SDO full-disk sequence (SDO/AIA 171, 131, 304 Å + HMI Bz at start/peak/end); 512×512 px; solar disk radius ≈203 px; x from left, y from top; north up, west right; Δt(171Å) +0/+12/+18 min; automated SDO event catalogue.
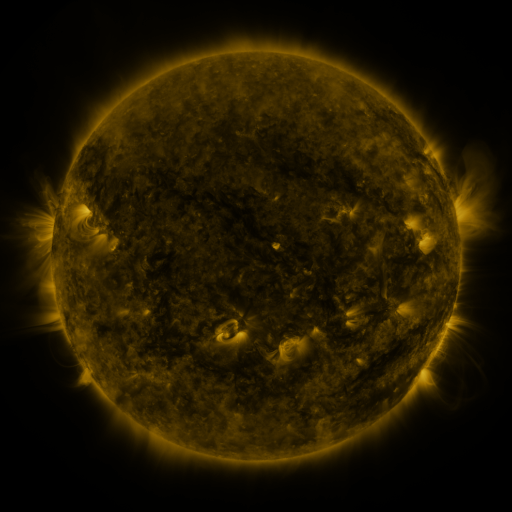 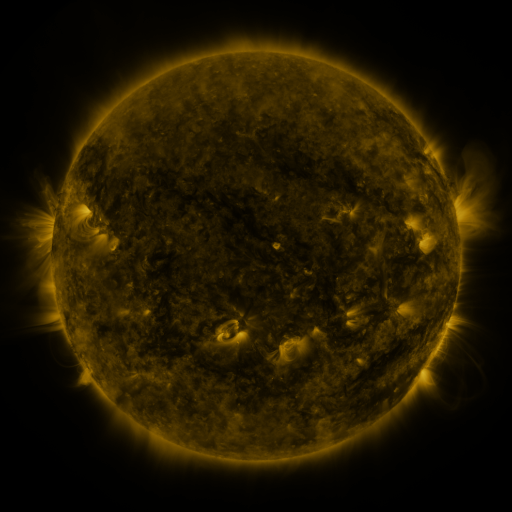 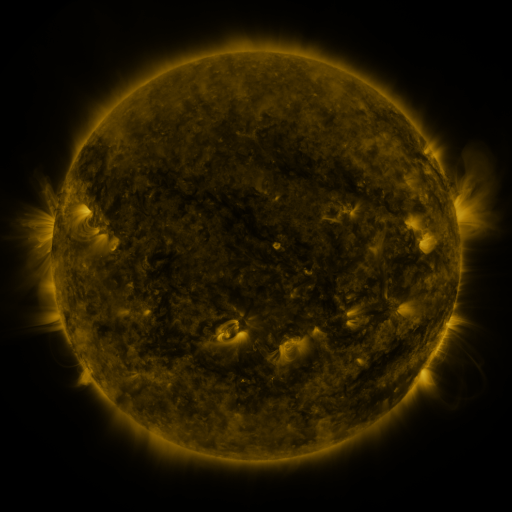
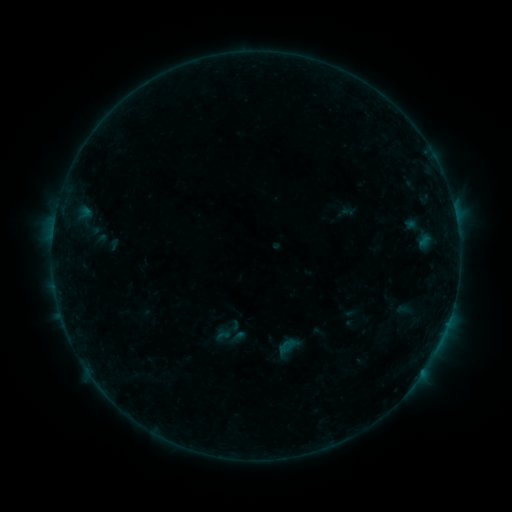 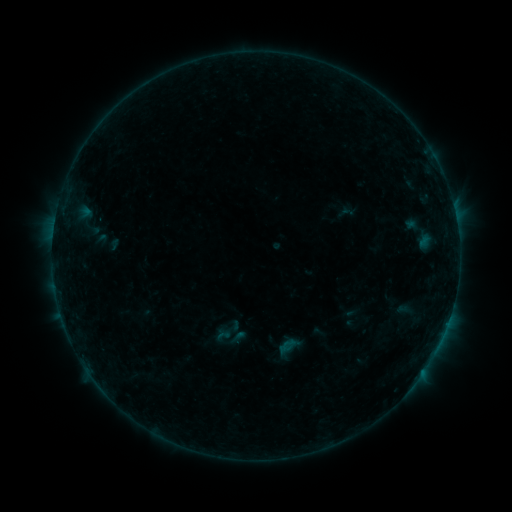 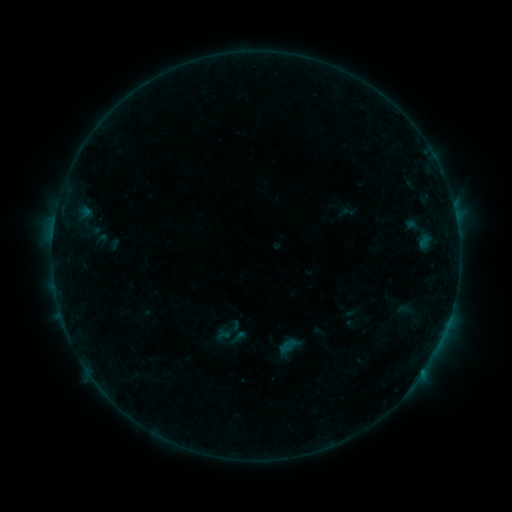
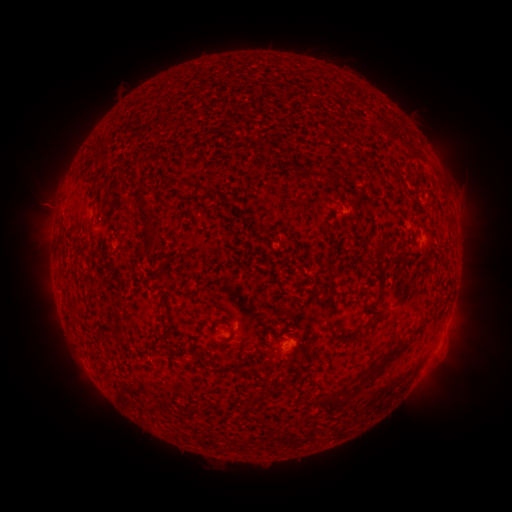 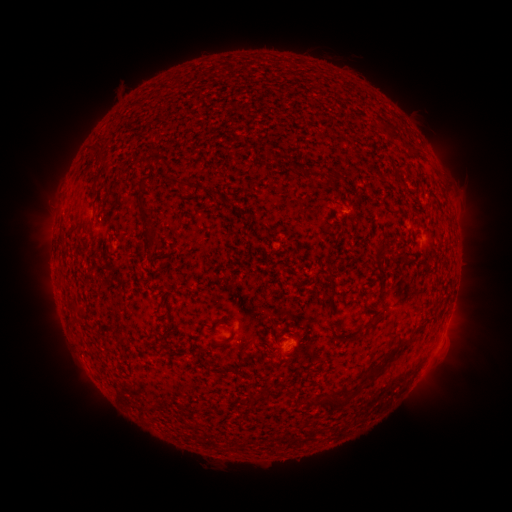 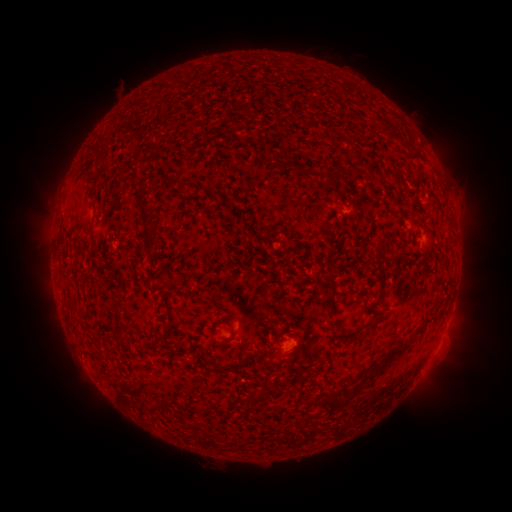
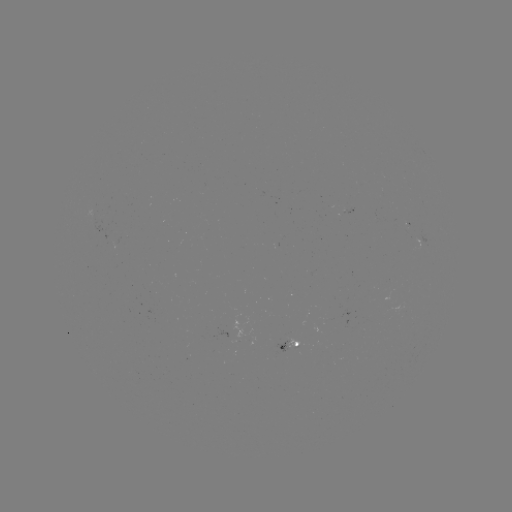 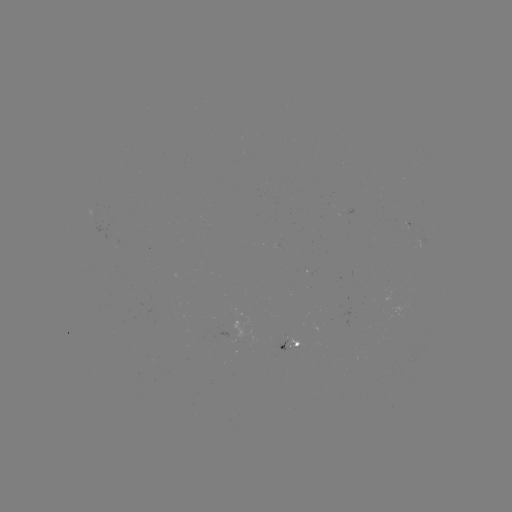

no classed flare was catalogued and no EUV brightening was flagged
